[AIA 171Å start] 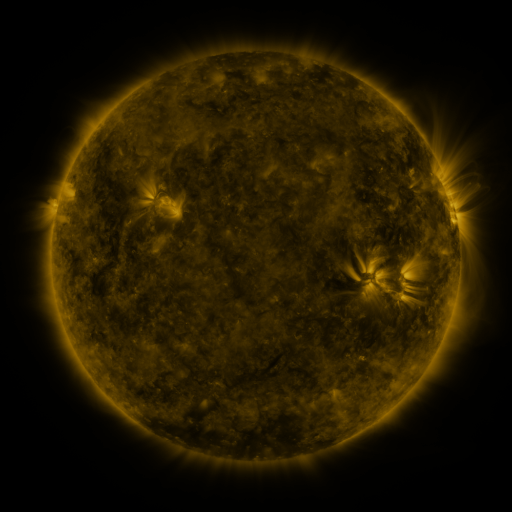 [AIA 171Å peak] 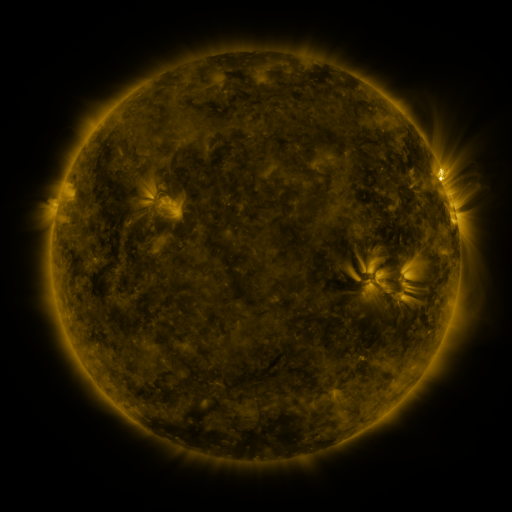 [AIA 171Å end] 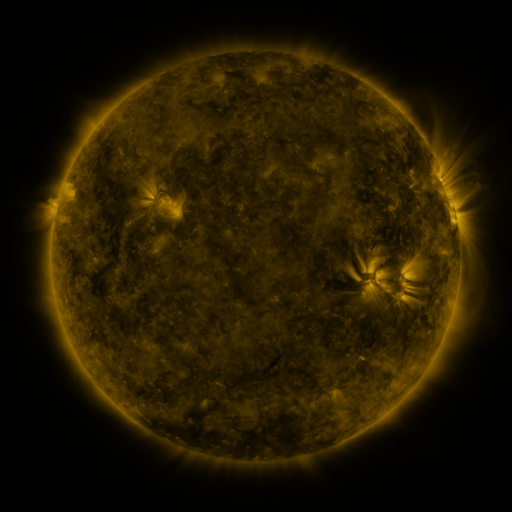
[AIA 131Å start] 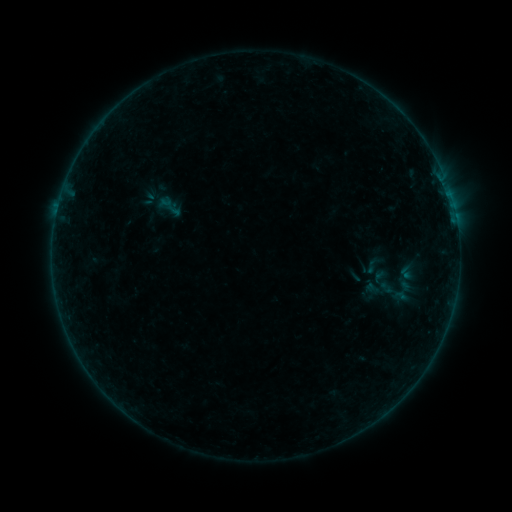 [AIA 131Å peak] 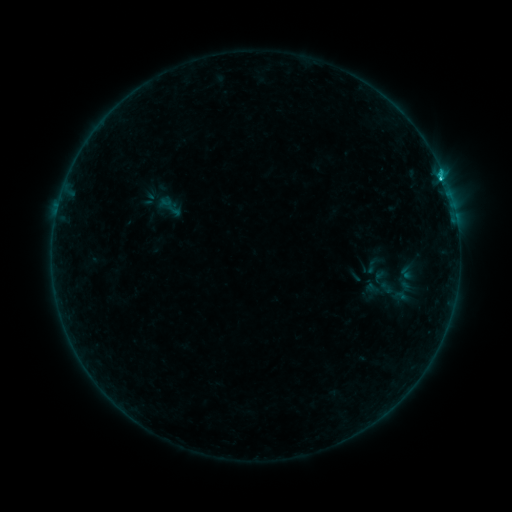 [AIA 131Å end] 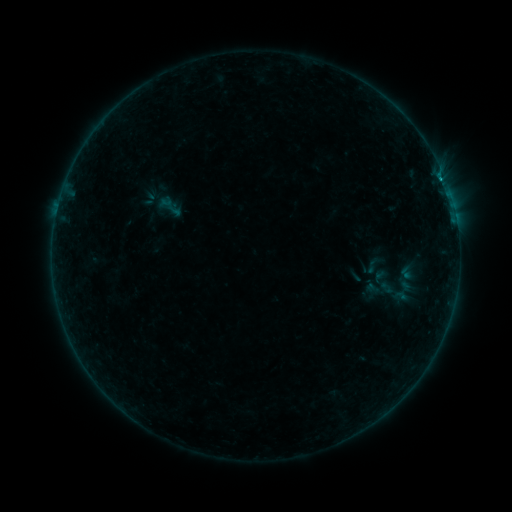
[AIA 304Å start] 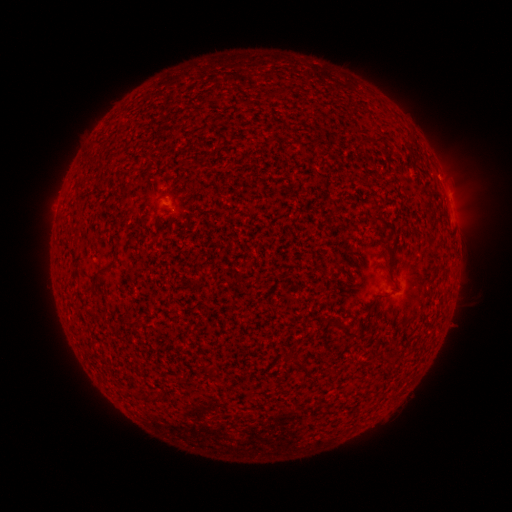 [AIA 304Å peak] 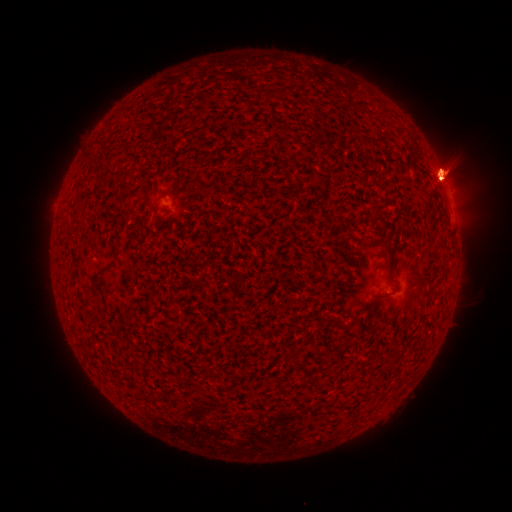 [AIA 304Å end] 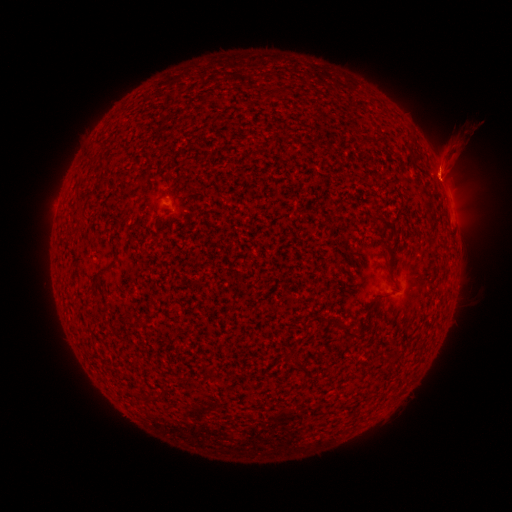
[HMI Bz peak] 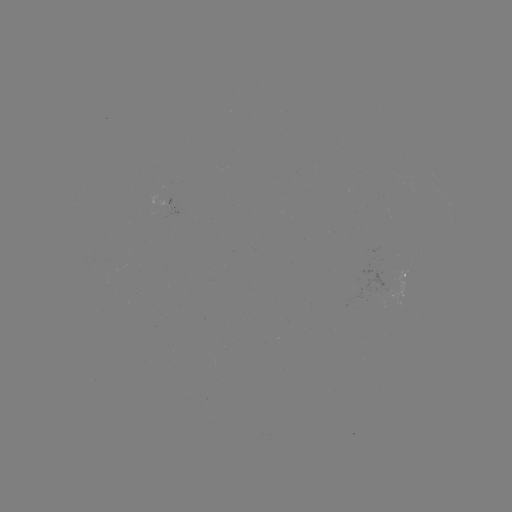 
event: flare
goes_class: B9.9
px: (440, 180)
